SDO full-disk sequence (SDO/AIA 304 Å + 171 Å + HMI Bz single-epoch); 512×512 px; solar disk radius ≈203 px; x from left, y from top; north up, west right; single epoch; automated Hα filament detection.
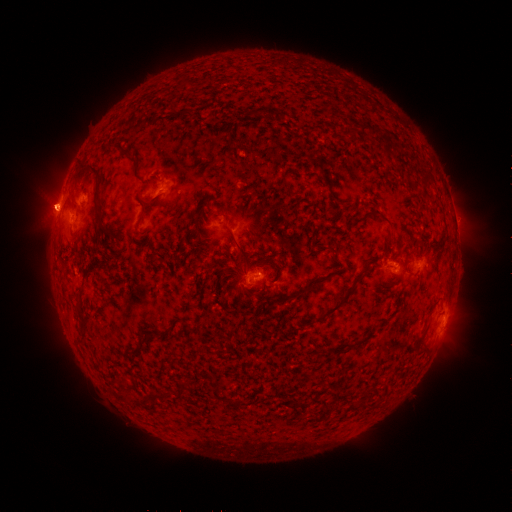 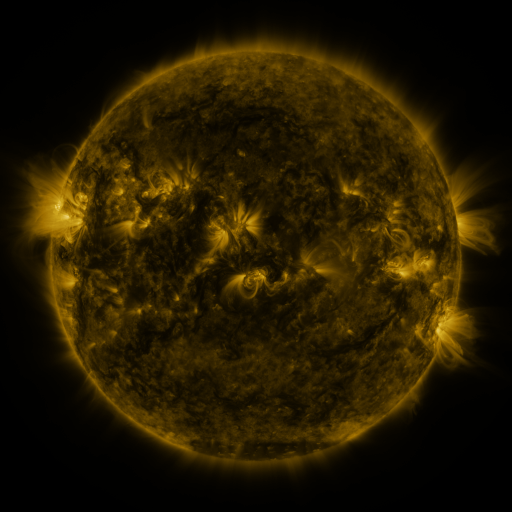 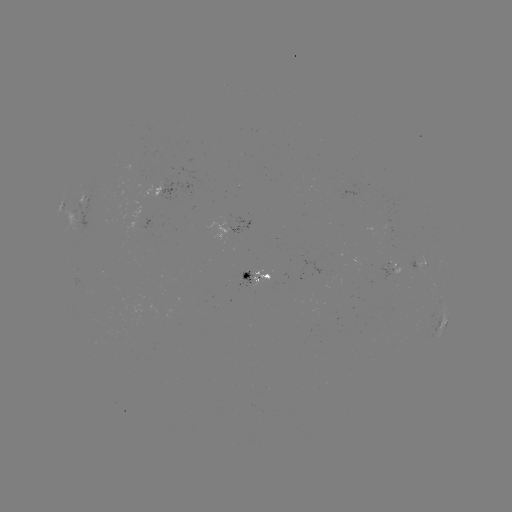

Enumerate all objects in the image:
filament: [174, 107, 193, 118]
filament: [384, 139, 396, 158]
filament: [119, 149, 135, 160]
filament: [73, 163, 109, 232]
filament: [420, 174, 434, 185]
filament: [367, 207, 392, 225]
filament: [228, 229, 251, 267]
filament: [267, 255, 283, 279]
filament: [296, 276, 329, 295]
filament: [324, 285, 355, 316]
filament: [79, 320, 86, 333]
filament: [127, 333, 149, 355]
filament: [142, 388, 172, 402]
filament: [333, 388, 341, 398]
filament: [233, 398, 242, 406]
